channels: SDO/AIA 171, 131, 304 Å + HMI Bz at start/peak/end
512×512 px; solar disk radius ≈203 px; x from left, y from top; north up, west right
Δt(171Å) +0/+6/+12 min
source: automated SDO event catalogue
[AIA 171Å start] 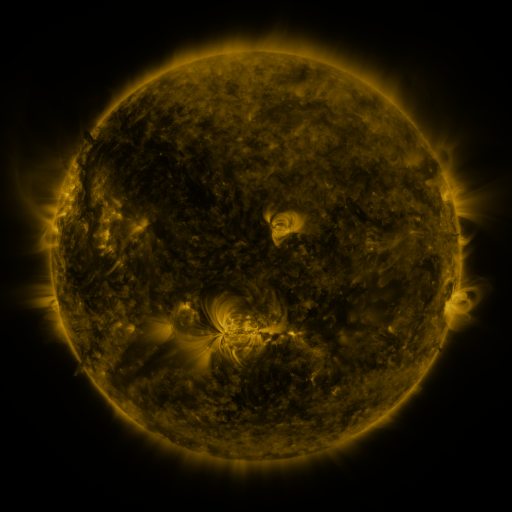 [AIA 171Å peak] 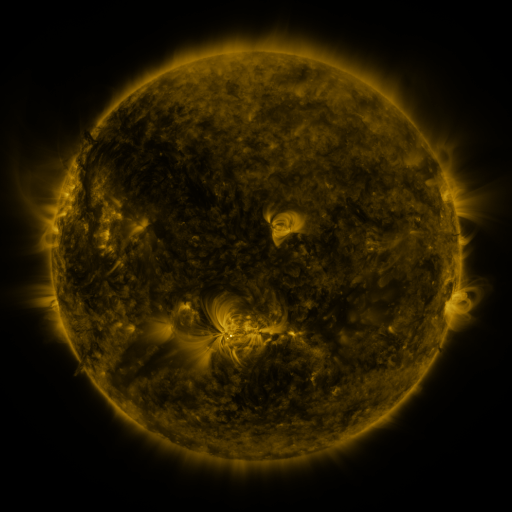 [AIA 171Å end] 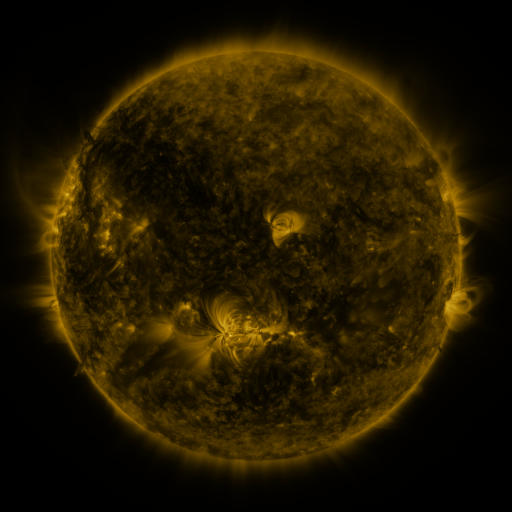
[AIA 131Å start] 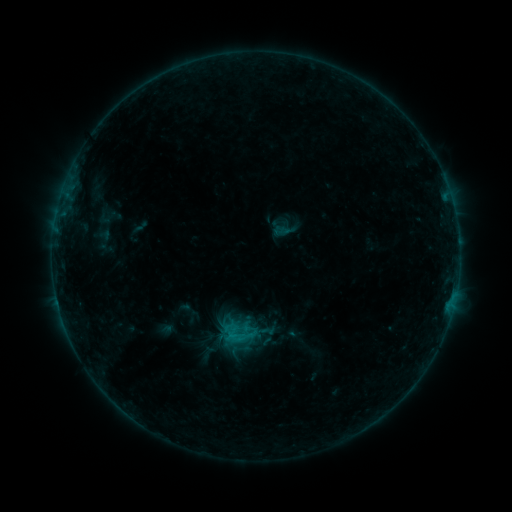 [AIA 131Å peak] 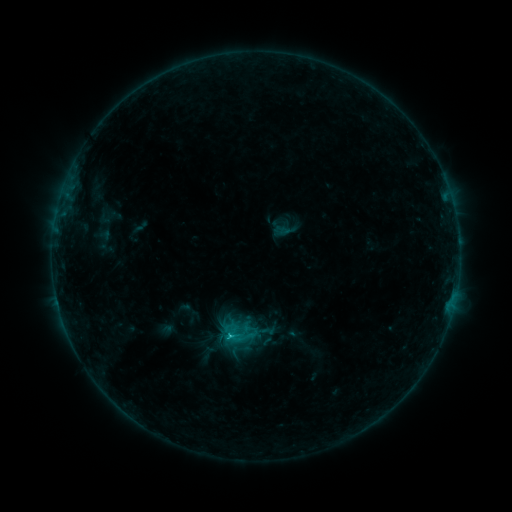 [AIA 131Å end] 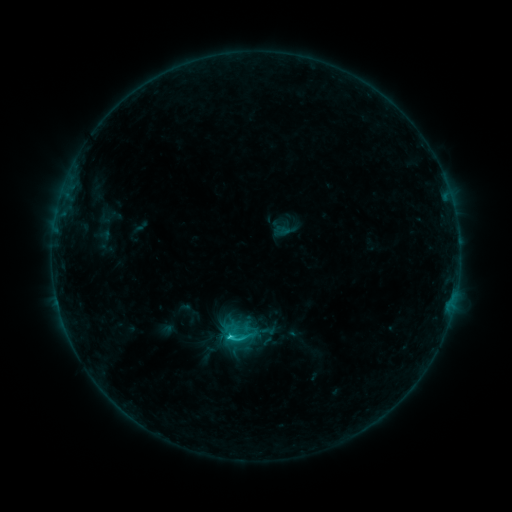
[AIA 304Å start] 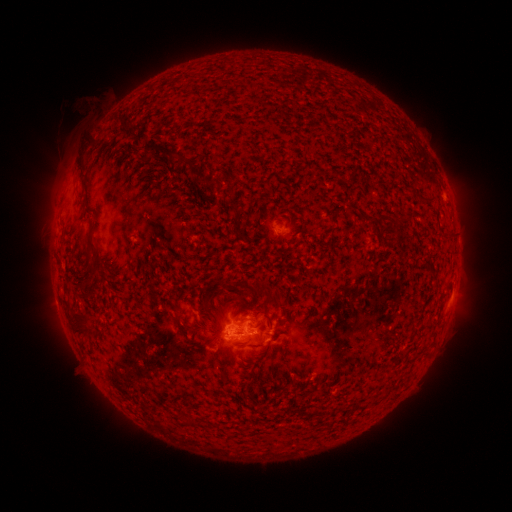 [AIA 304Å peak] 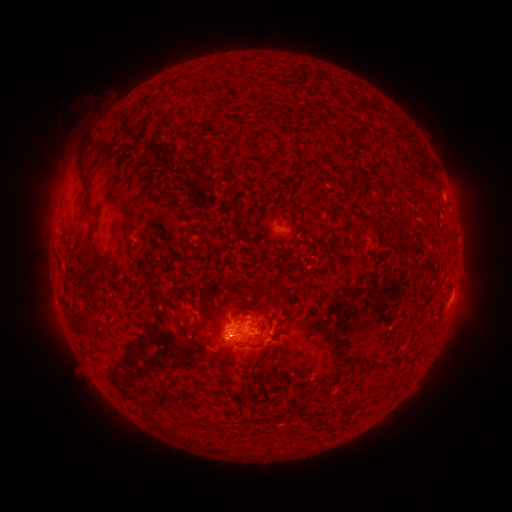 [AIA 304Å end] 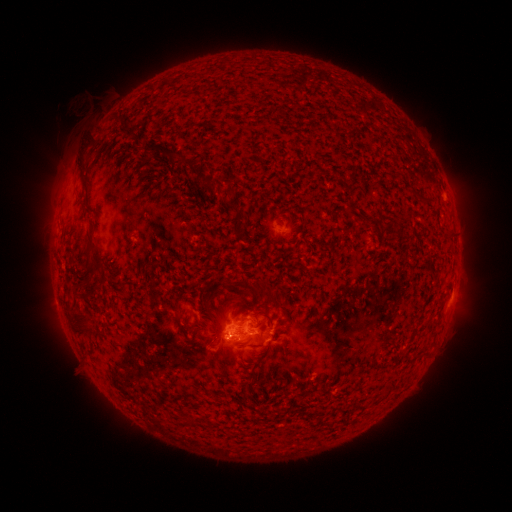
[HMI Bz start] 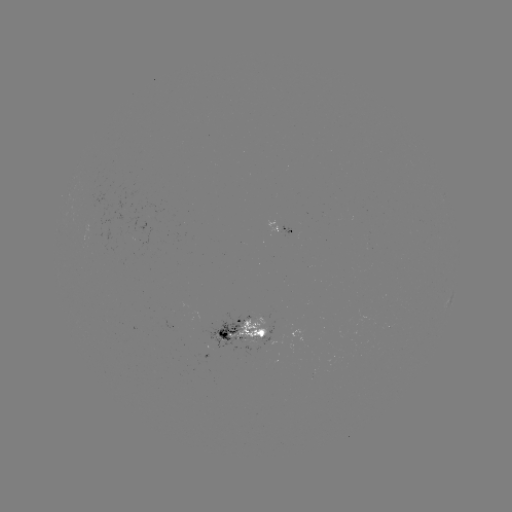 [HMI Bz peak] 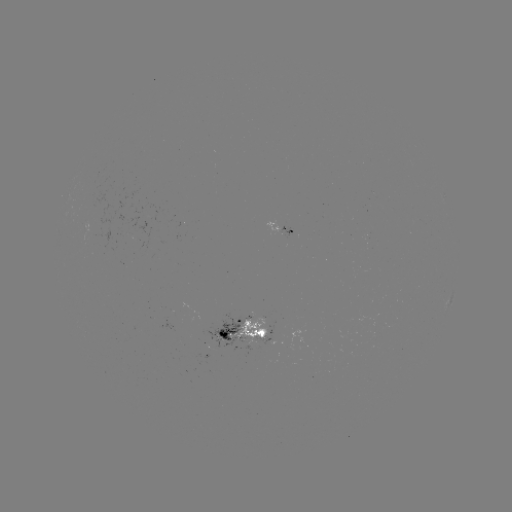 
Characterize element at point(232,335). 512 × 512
C1.7 flare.